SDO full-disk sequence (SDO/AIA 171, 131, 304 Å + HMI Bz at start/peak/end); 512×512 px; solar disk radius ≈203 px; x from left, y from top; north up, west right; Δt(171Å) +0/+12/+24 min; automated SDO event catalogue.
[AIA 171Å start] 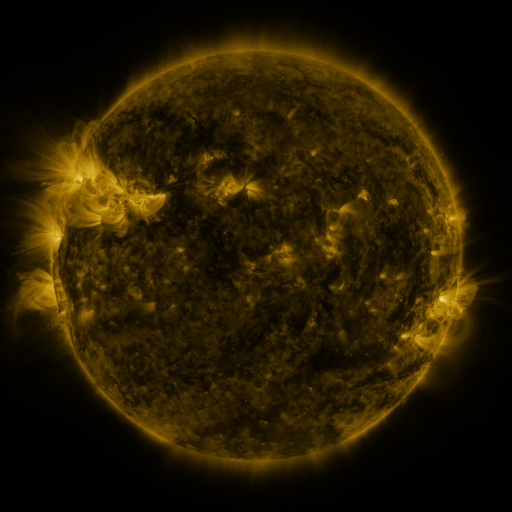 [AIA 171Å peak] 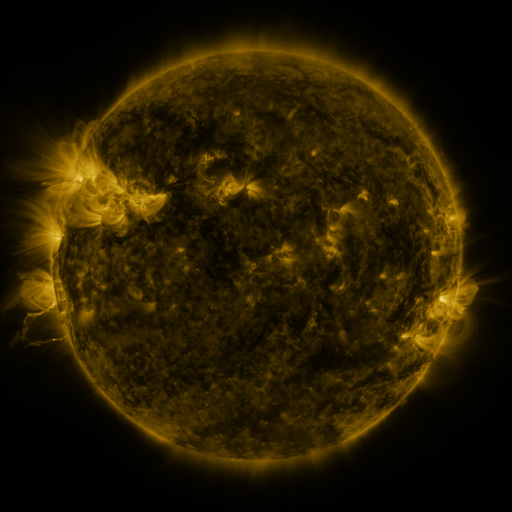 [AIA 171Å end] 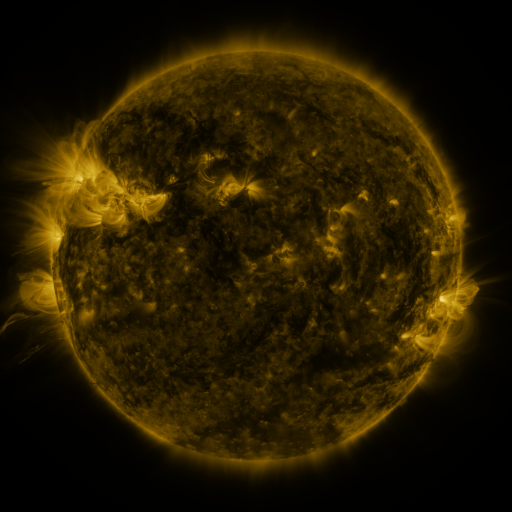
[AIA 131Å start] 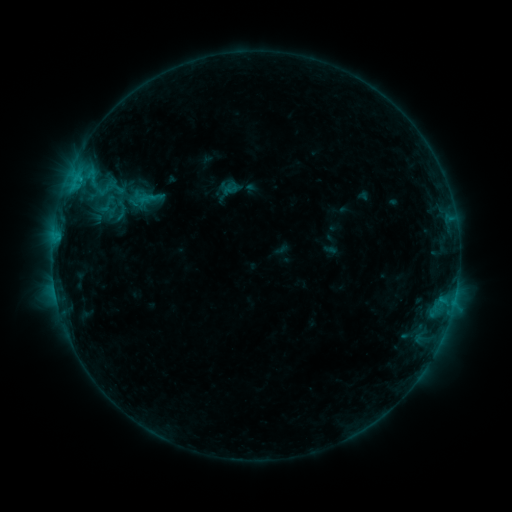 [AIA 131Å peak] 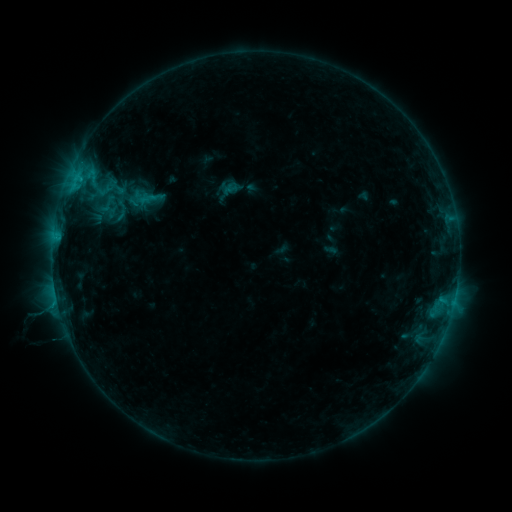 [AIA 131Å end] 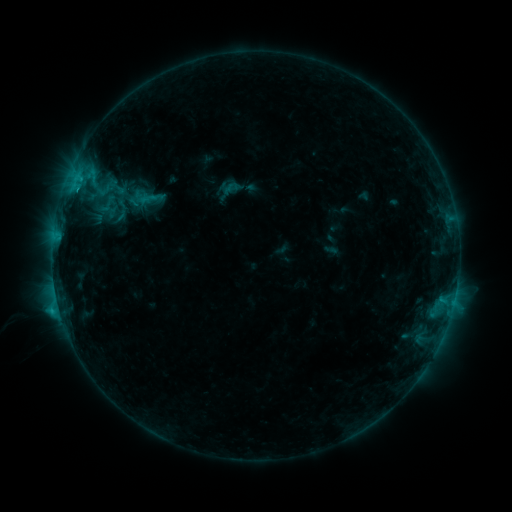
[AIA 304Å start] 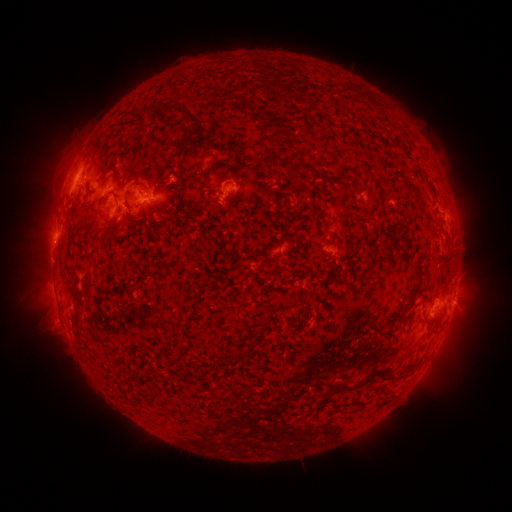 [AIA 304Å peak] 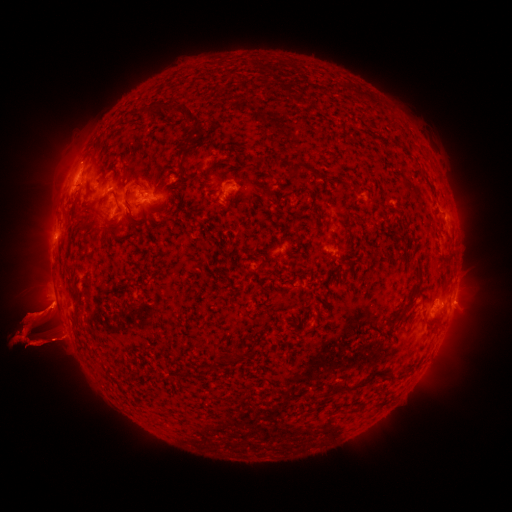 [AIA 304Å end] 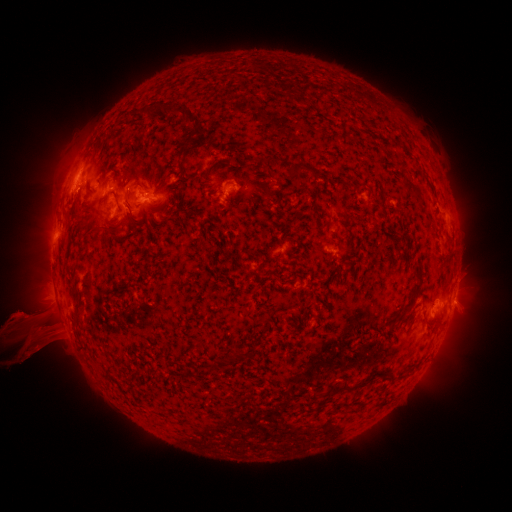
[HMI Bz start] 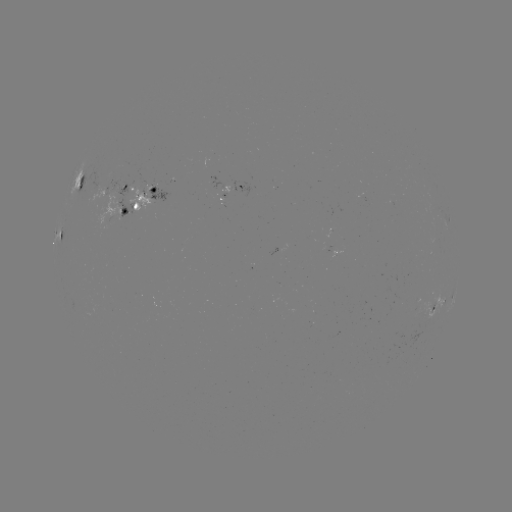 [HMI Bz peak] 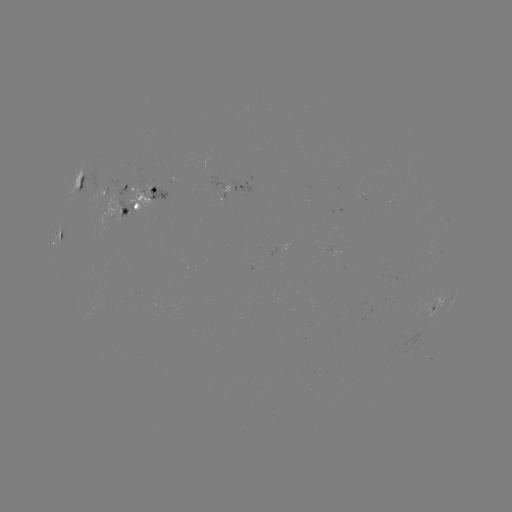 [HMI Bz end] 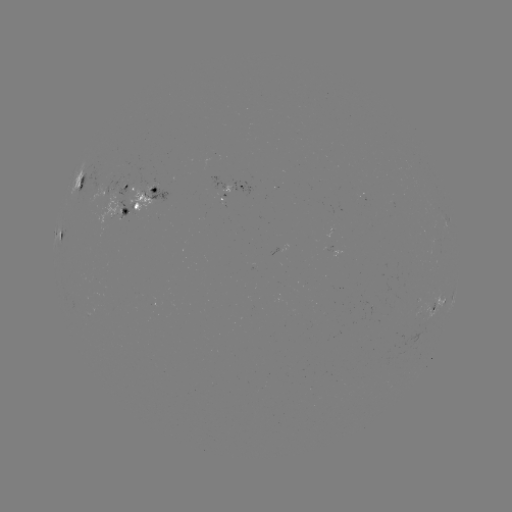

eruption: [0, 242, 143, 373]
